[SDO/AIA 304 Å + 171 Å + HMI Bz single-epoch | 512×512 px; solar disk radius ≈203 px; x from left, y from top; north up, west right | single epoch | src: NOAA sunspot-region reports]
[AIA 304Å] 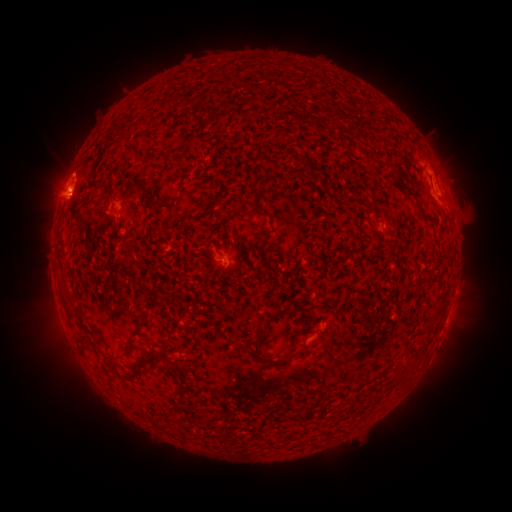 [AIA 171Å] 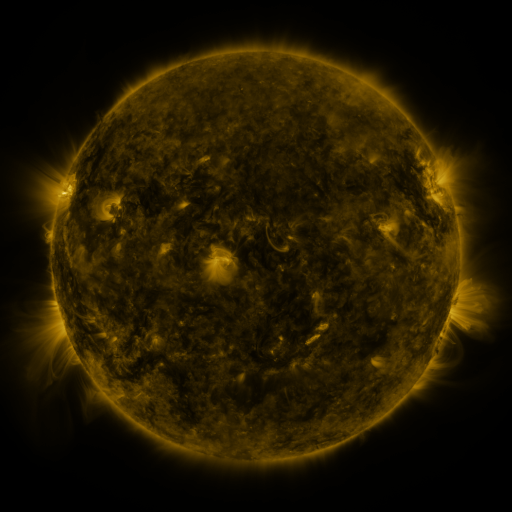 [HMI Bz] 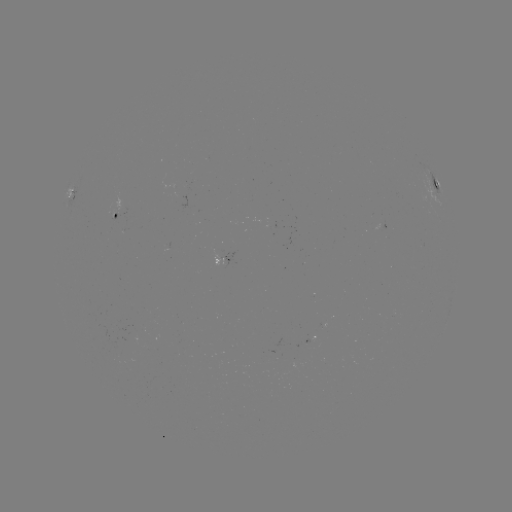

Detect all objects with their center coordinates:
spotted active region: (436, 183)
spotted active region: (70, 192)
spotted active region: (119, 216)
spotted active region: (224, 258)
